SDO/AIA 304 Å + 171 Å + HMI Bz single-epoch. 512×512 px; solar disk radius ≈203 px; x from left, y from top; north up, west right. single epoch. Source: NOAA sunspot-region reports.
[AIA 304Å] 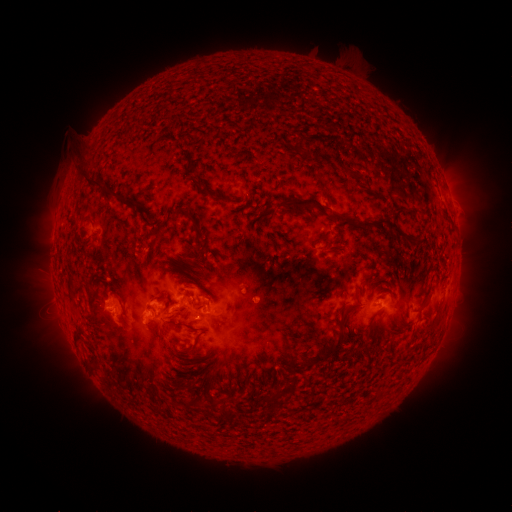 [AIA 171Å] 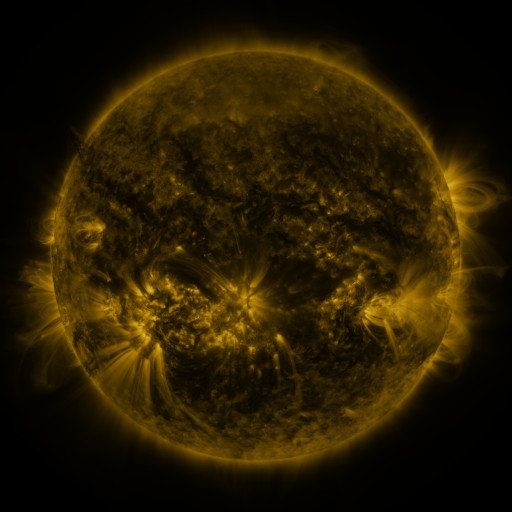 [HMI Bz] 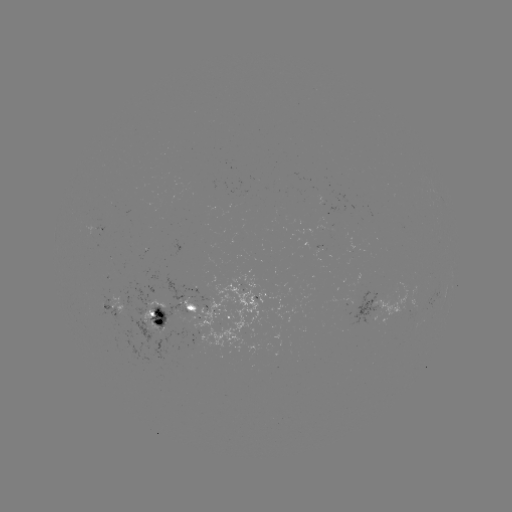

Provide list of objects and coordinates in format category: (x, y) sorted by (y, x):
spotted active region: (104, 229)
spotted active region: (385, 298)
spotted active region: (263, 300)
spotted active region: (110, 304)
spotted active region: (194, 310)
